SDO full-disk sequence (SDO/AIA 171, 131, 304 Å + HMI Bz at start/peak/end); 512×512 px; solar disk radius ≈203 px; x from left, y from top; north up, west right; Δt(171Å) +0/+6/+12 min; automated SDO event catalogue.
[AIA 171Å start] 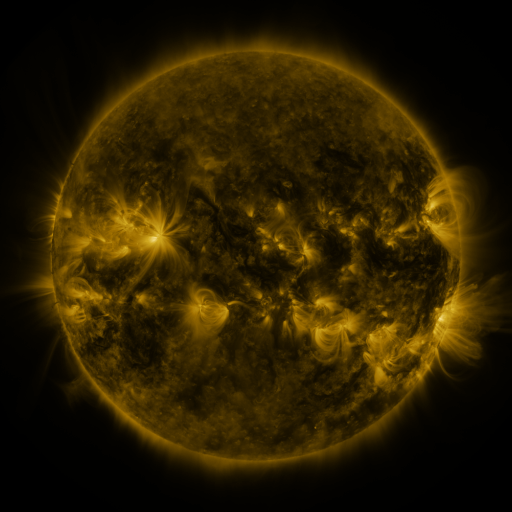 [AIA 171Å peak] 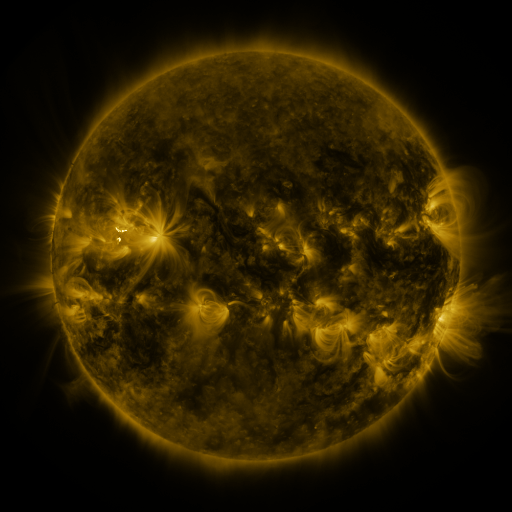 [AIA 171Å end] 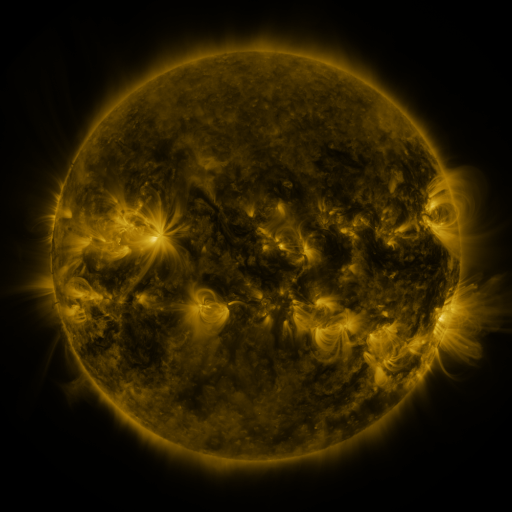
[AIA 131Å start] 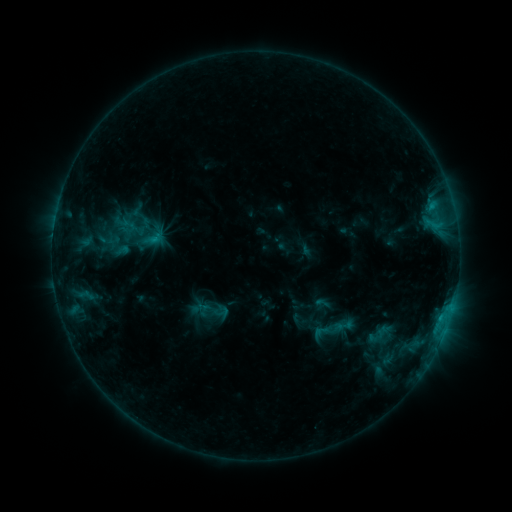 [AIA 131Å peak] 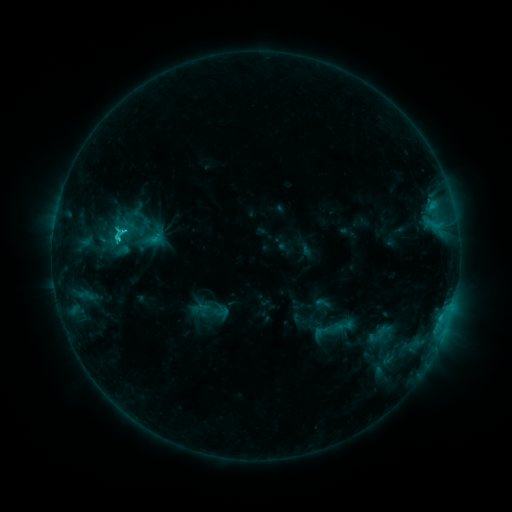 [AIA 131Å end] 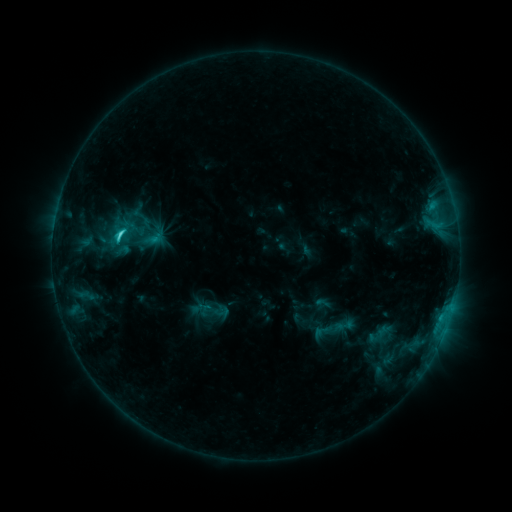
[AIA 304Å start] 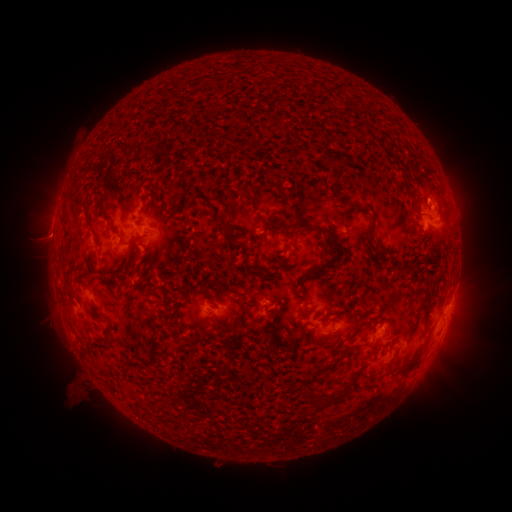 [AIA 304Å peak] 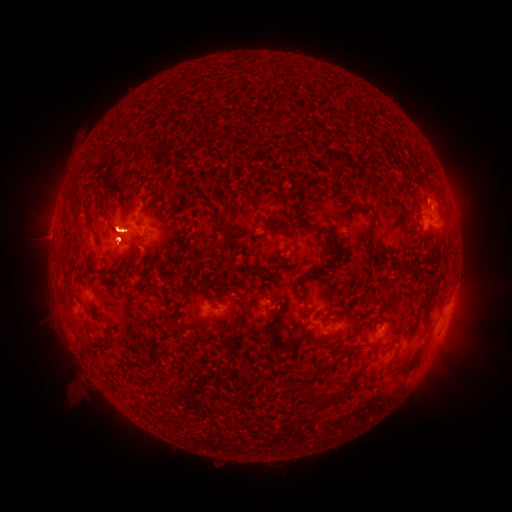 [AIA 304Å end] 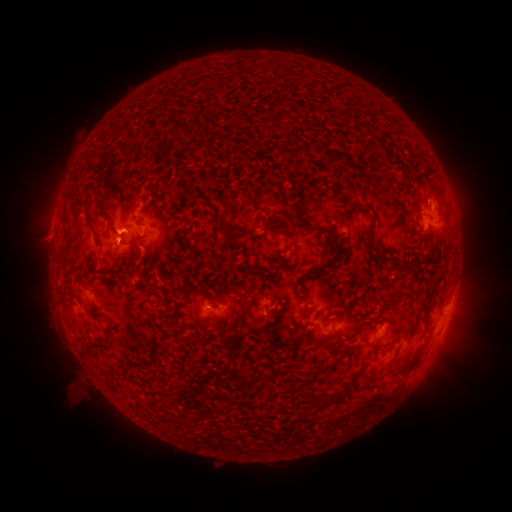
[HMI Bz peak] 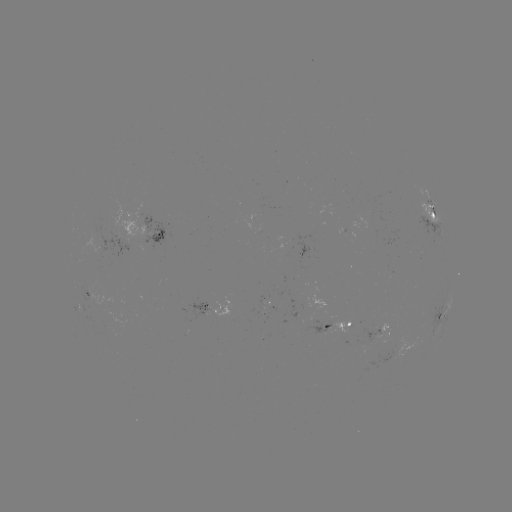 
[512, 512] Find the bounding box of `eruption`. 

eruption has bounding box [56, 202, 82, 273].